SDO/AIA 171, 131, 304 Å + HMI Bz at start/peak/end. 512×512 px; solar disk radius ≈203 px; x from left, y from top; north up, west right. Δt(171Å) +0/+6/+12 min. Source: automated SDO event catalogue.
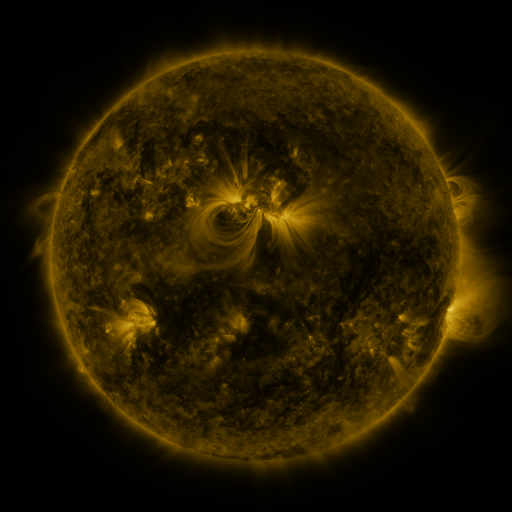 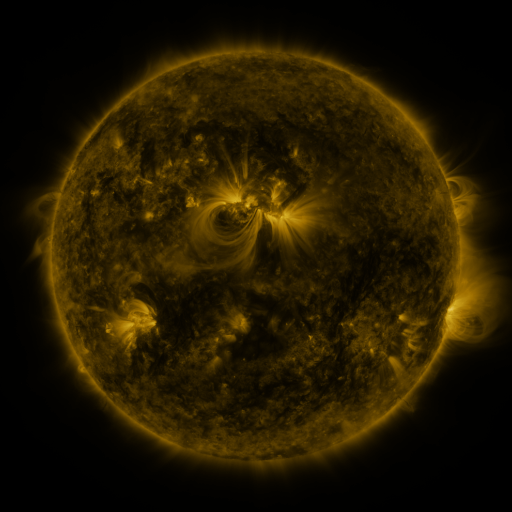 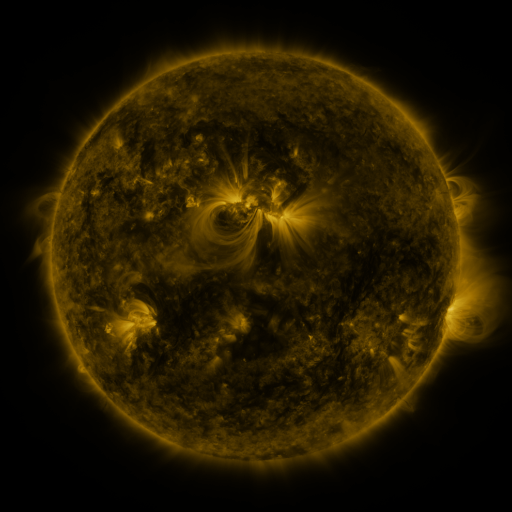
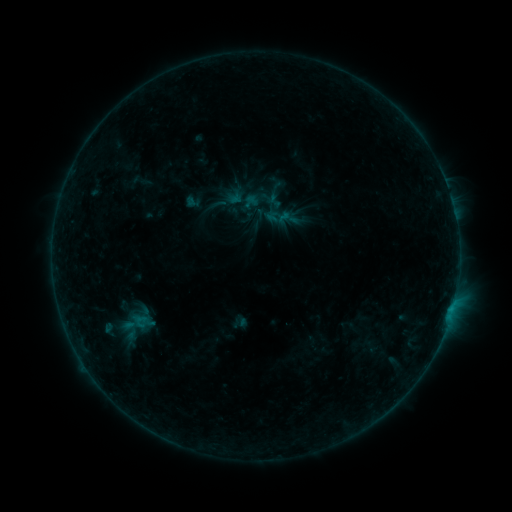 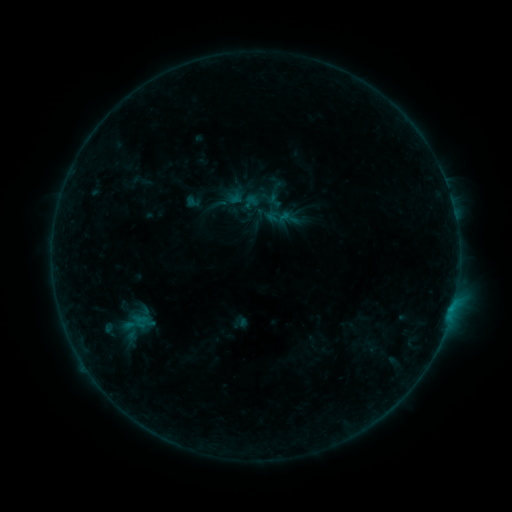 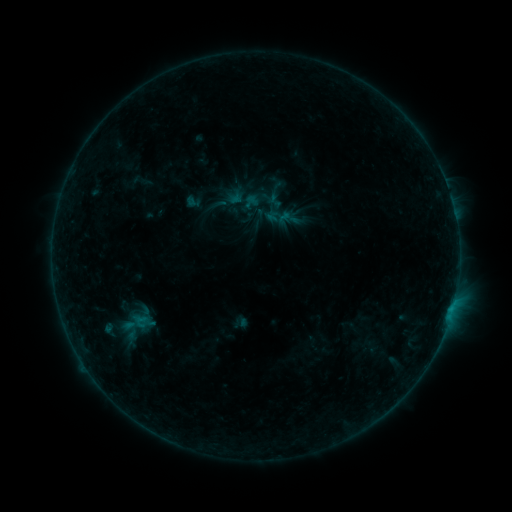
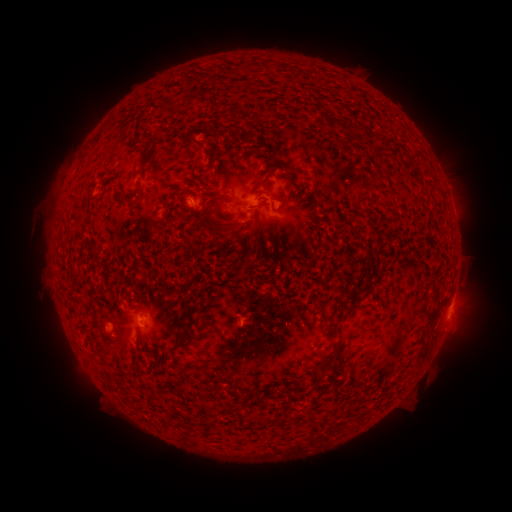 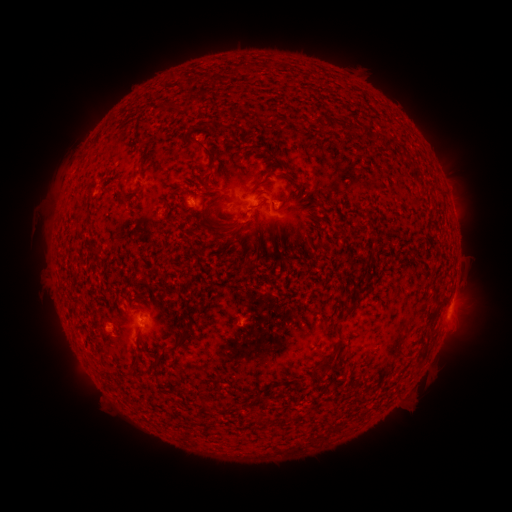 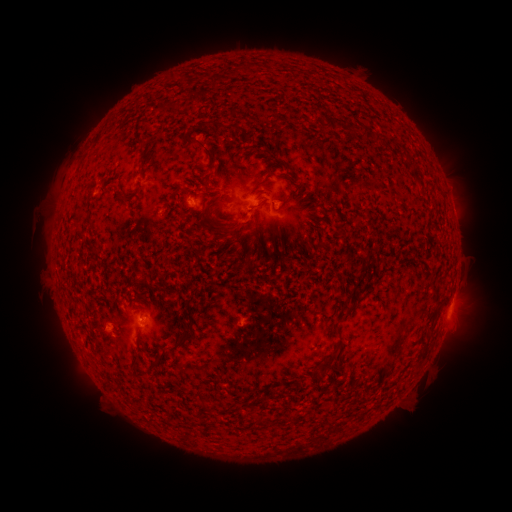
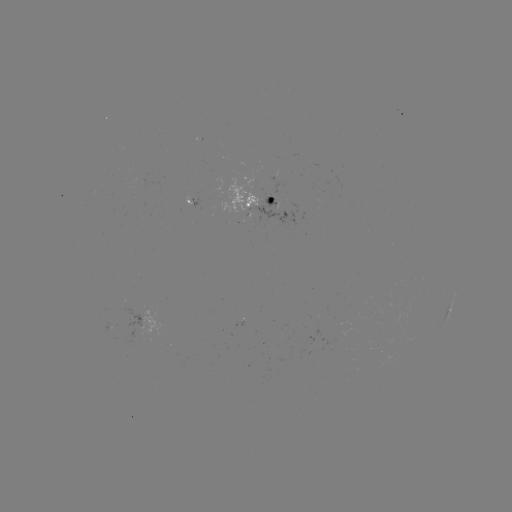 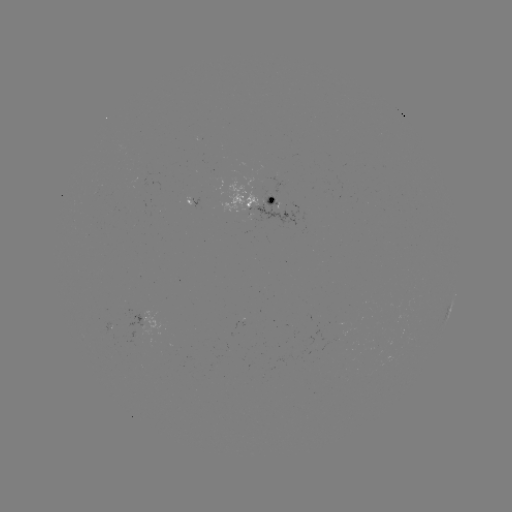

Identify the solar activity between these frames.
no flare in any classed list; no EUV-trigger detection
